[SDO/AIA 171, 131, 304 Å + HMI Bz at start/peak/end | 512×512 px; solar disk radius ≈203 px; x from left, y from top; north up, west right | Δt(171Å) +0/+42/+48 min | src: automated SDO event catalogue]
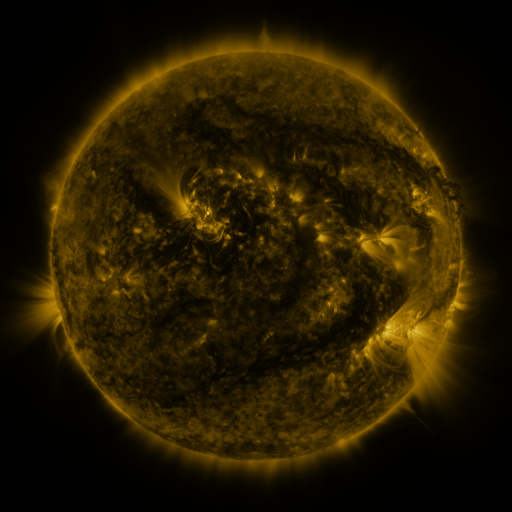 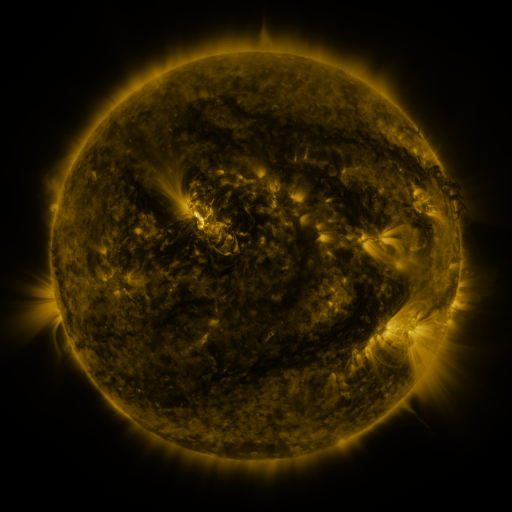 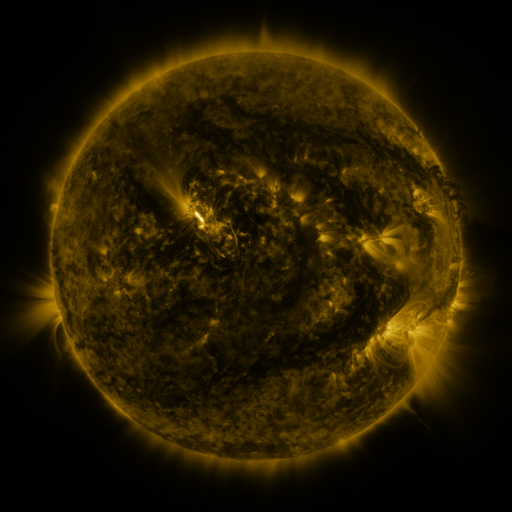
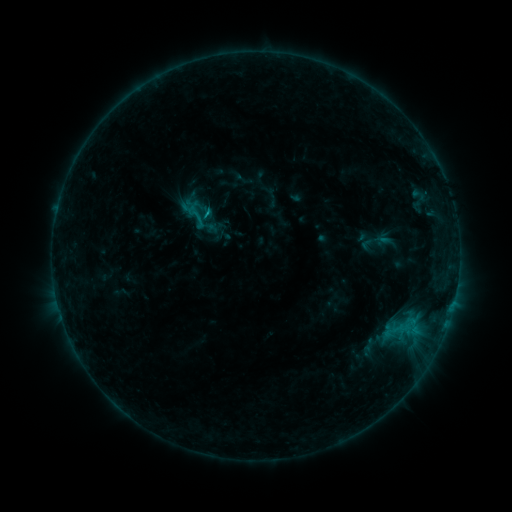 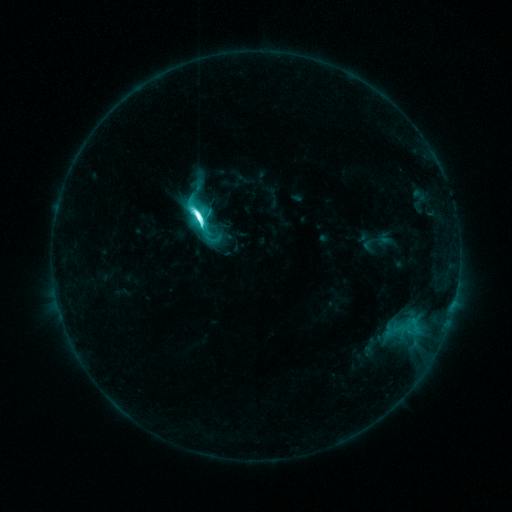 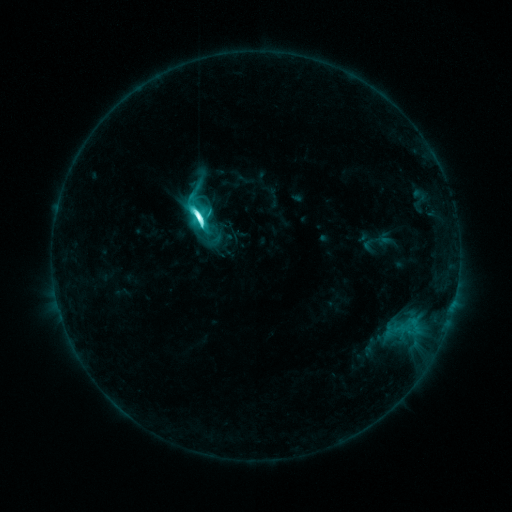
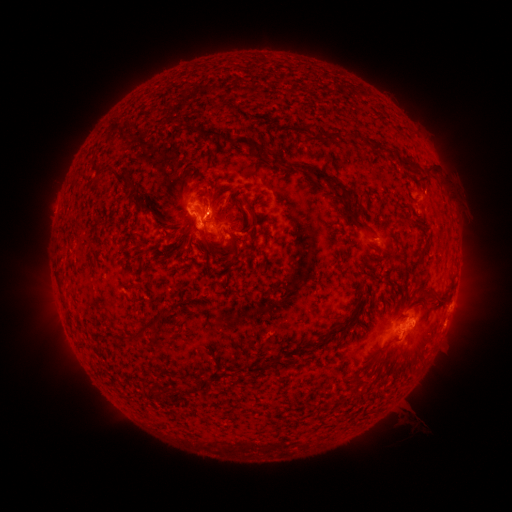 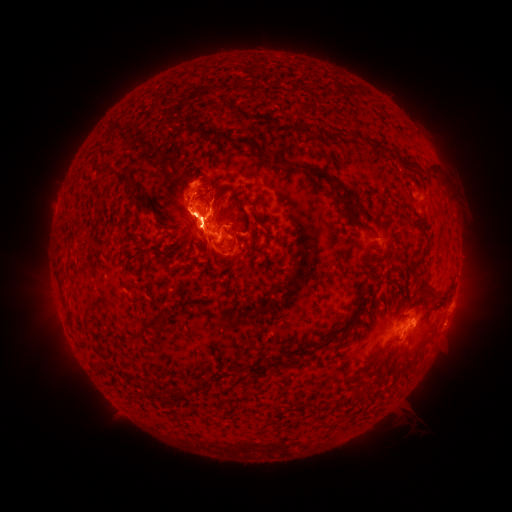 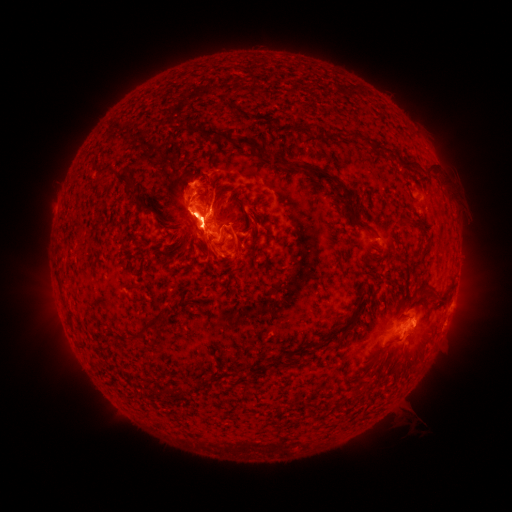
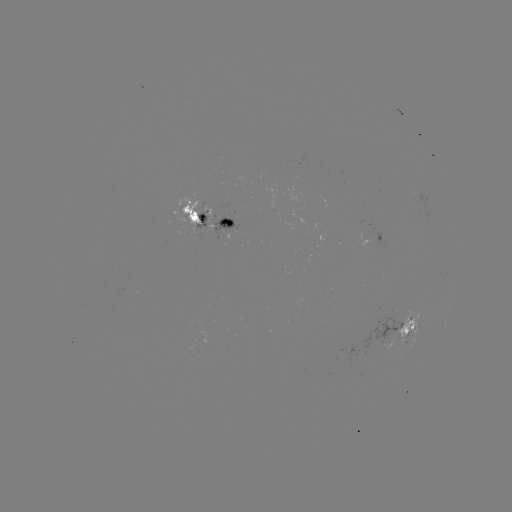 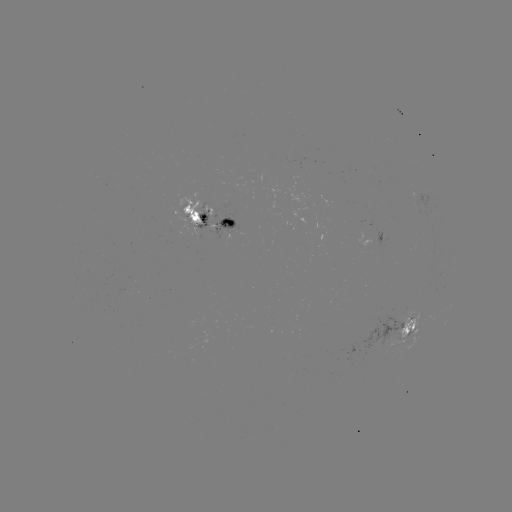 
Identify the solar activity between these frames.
M2.0 flare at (200, 219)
